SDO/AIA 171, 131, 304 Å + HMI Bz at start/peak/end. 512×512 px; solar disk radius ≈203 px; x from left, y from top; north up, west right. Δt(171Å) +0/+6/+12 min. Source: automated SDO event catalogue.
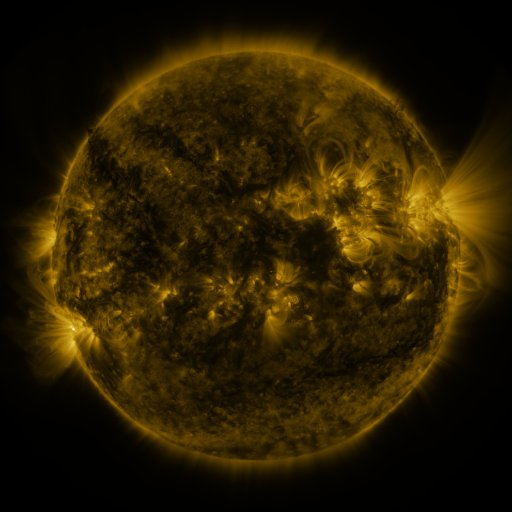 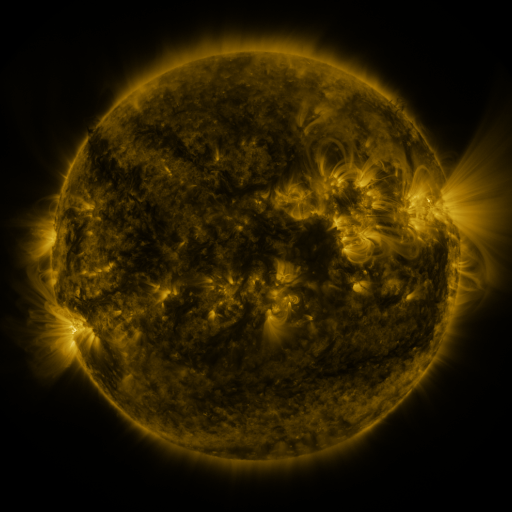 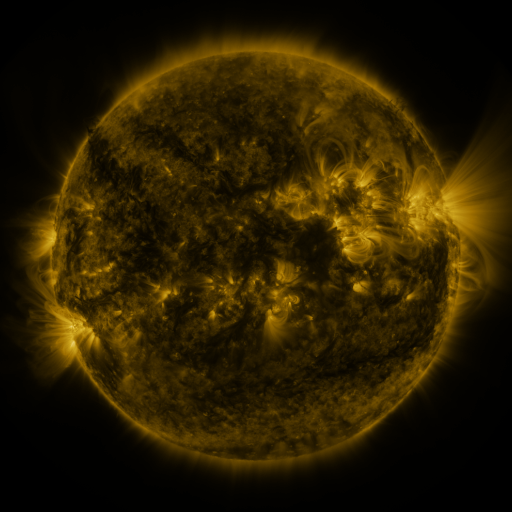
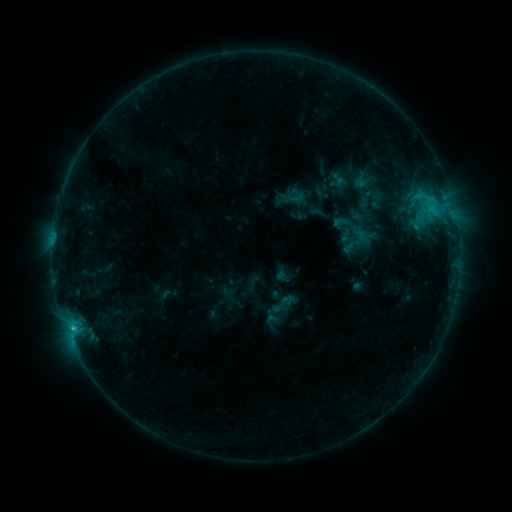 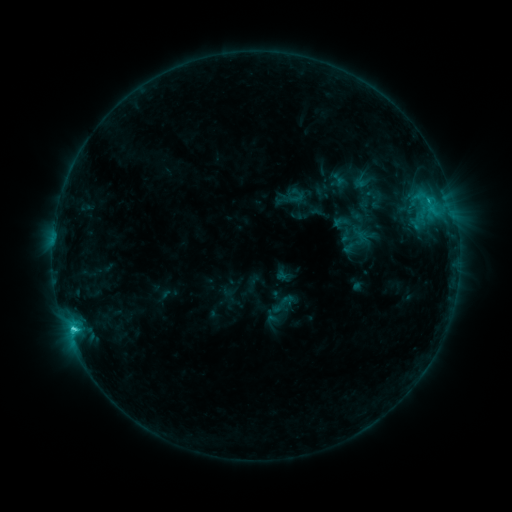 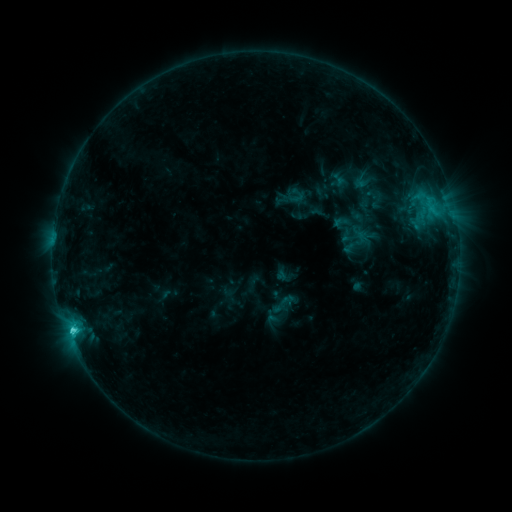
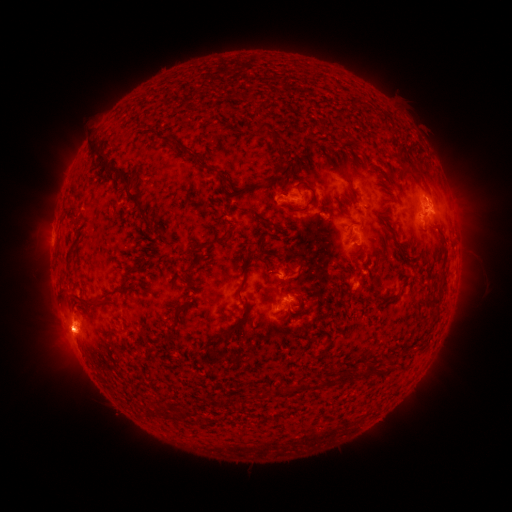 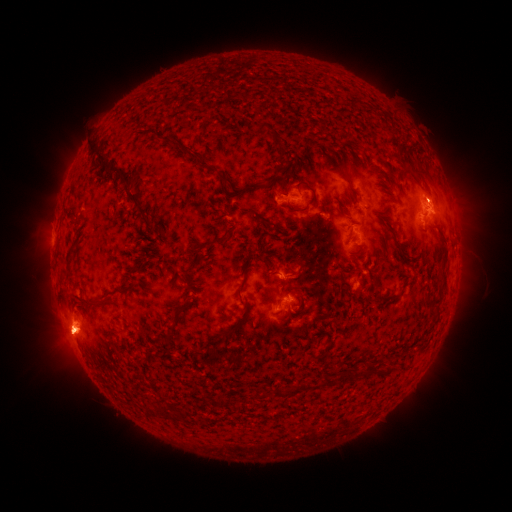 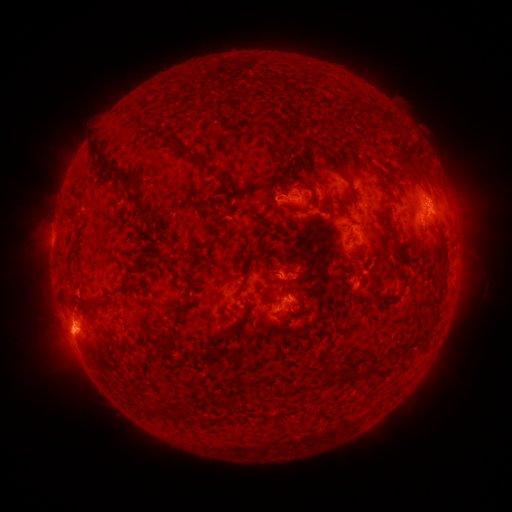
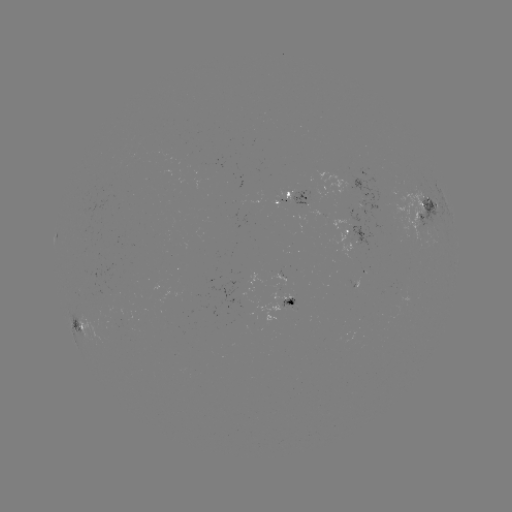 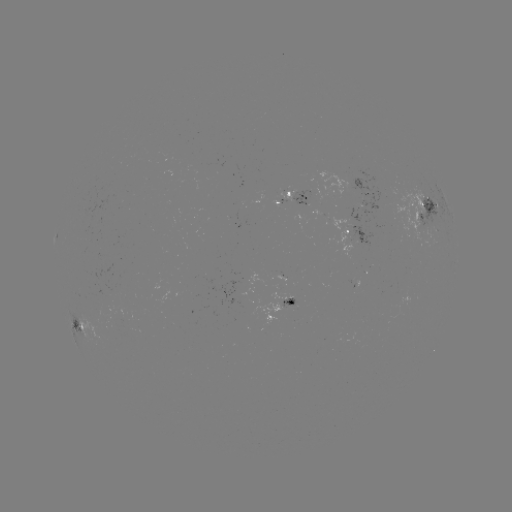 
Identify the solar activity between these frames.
C2.2 flare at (74, 329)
